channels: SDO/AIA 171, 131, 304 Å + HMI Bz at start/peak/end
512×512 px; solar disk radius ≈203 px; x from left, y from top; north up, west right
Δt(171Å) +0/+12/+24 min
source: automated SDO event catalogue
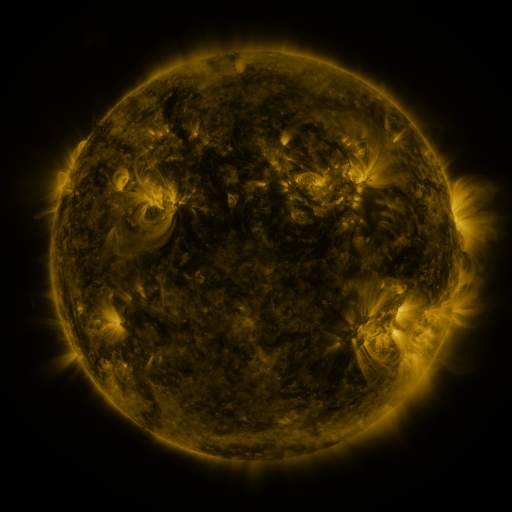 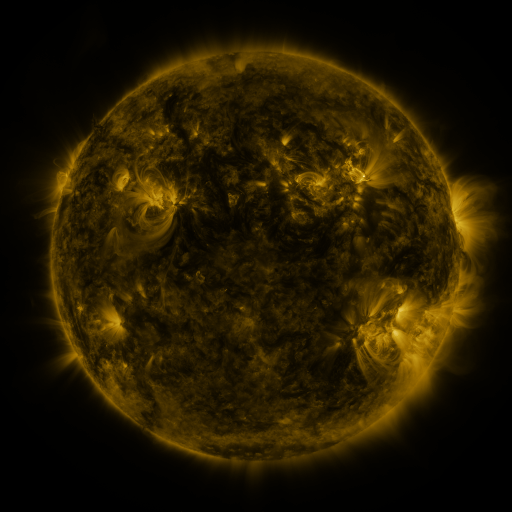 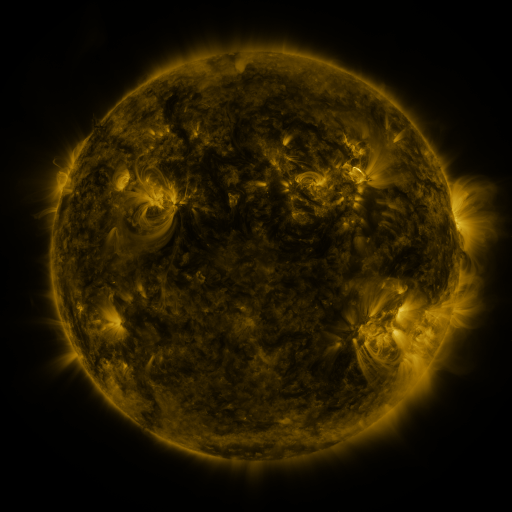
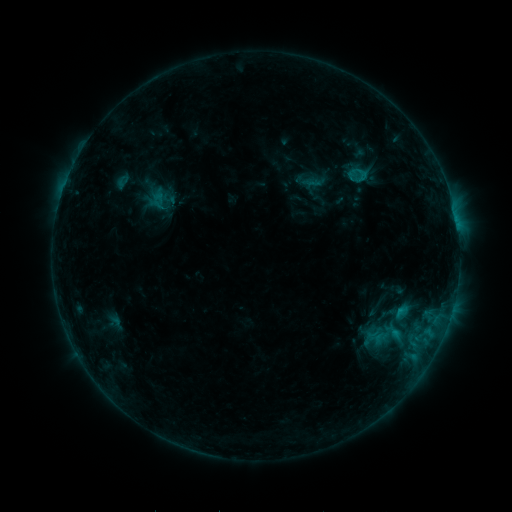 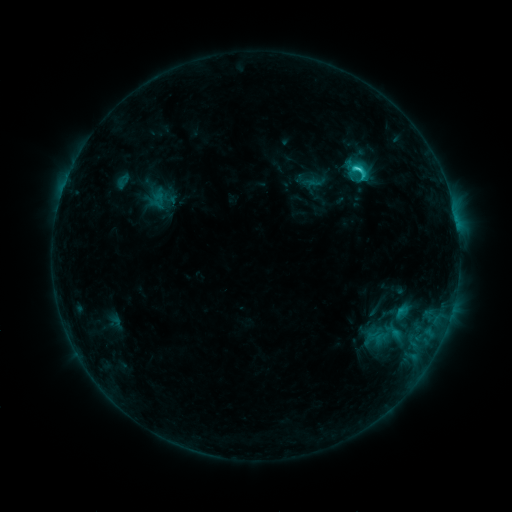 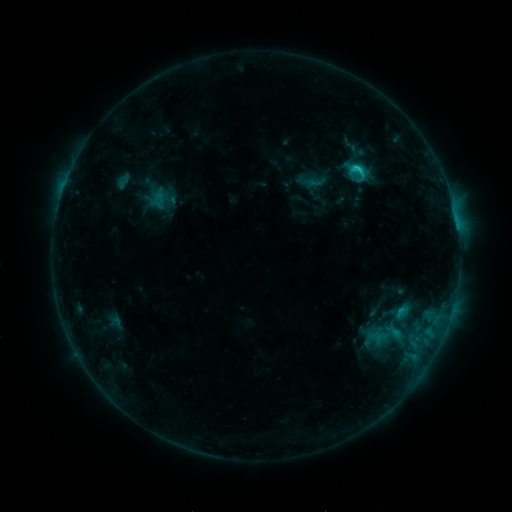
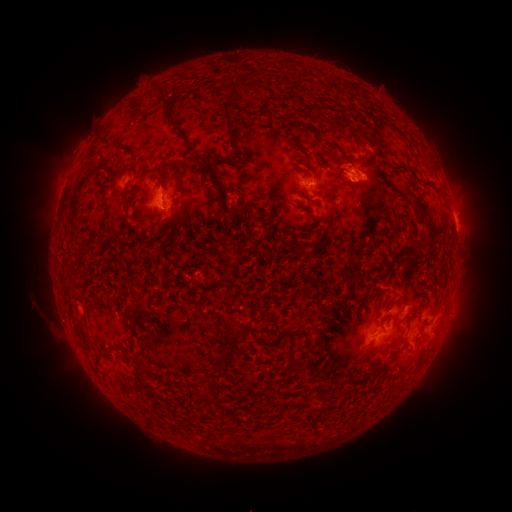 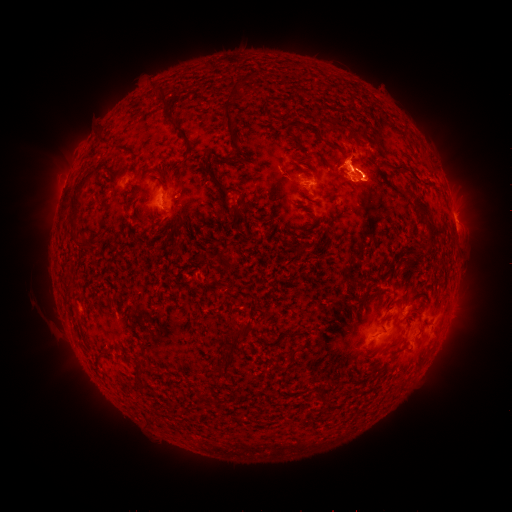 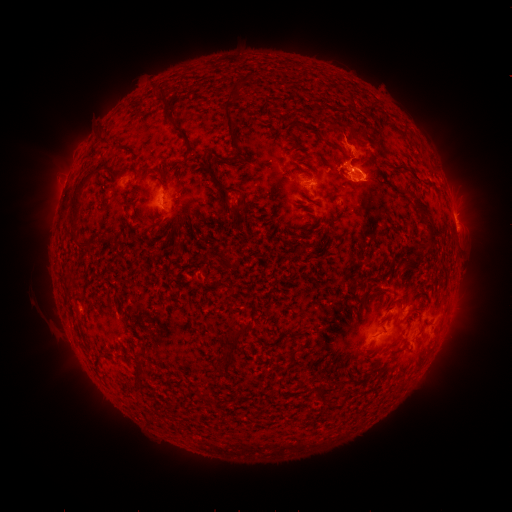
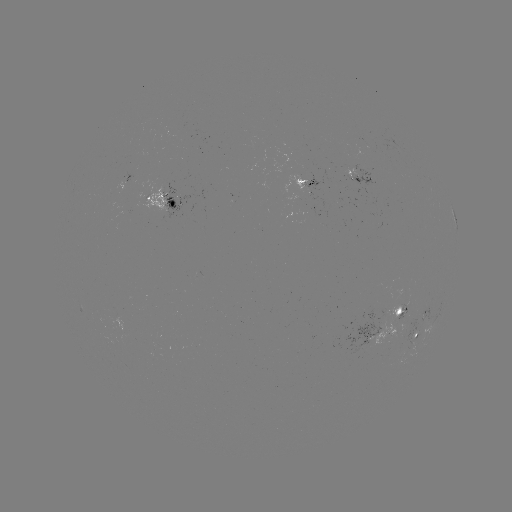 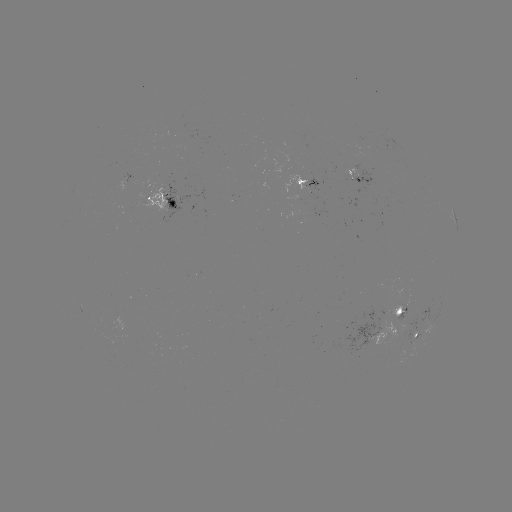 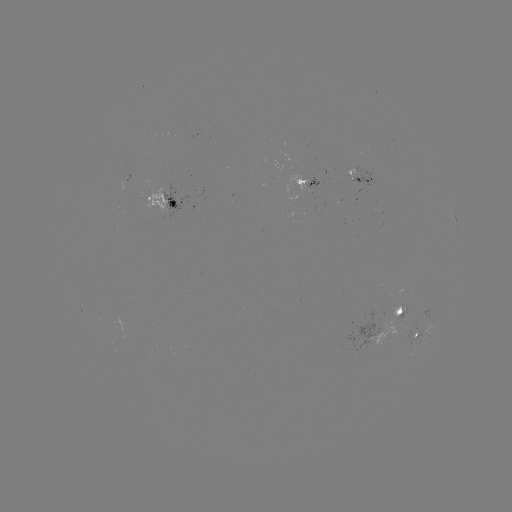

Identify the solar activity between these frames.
eruption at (355, 151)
